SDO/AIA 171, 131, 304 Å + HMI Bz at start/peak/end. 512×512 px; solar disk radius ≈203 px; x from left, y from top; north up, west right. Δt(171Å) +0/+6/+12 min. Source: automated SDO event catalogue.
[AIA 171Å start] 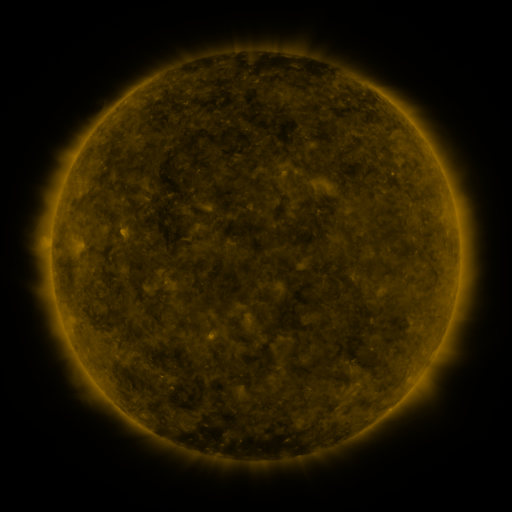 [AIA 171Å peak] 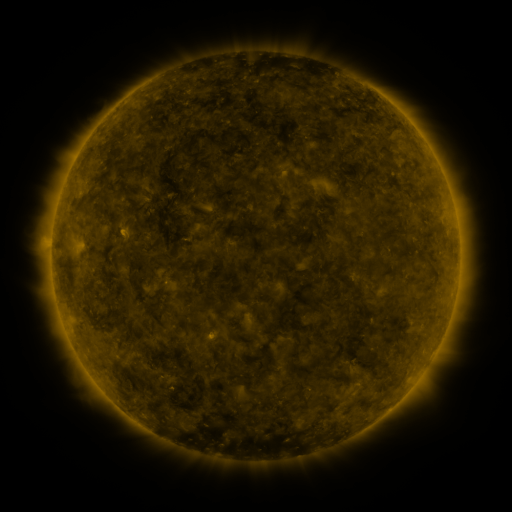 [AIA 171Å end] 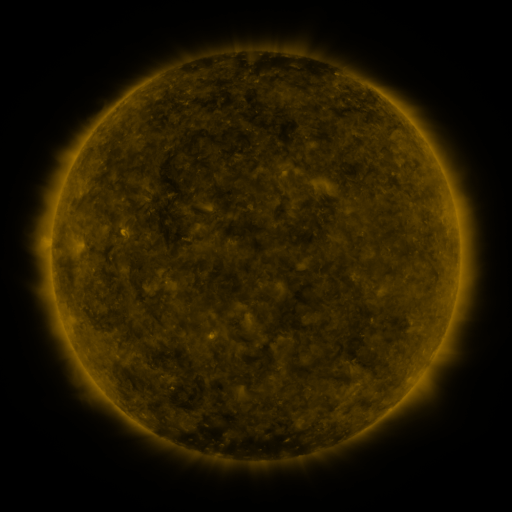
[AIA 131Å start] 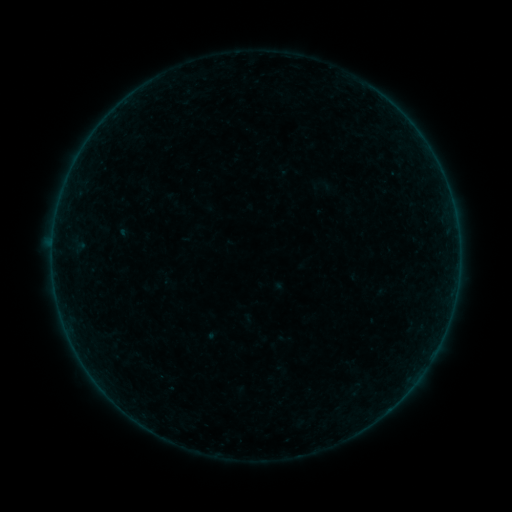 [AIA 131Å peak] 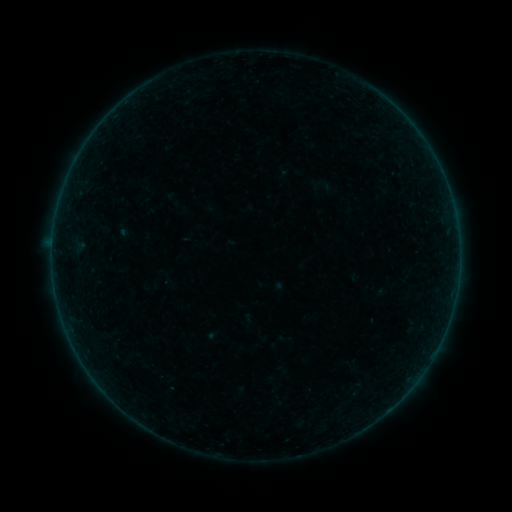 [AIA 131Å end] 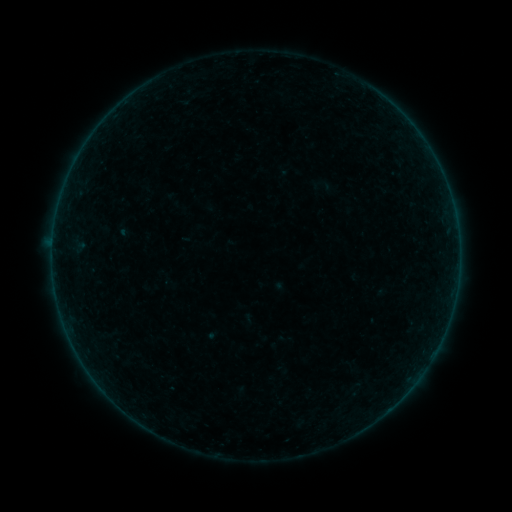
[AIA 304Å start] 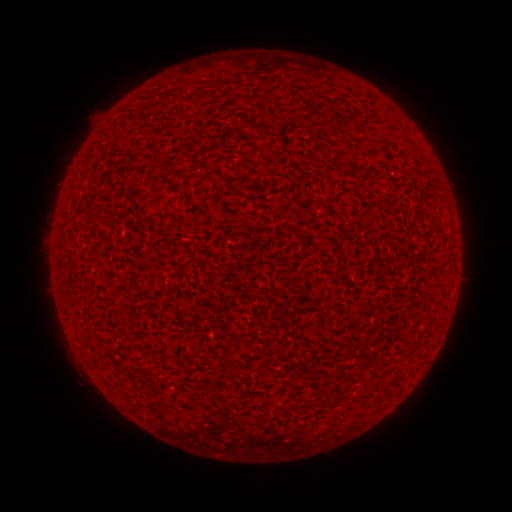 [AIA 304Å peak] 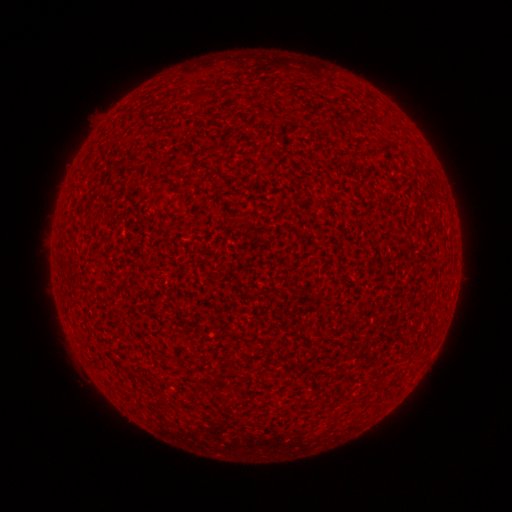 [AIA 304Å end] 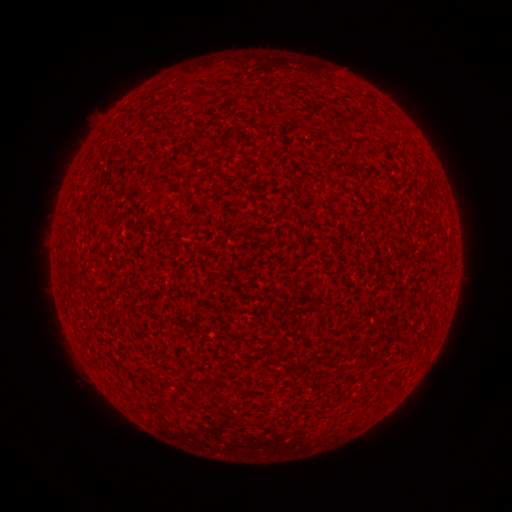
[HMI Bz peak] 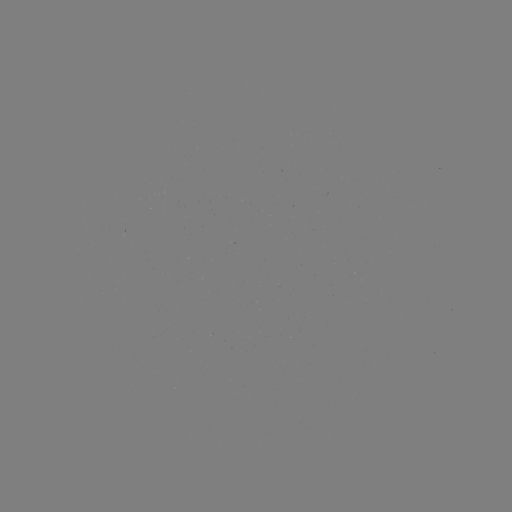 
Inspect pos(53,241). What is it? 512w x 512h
A7.1 flare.